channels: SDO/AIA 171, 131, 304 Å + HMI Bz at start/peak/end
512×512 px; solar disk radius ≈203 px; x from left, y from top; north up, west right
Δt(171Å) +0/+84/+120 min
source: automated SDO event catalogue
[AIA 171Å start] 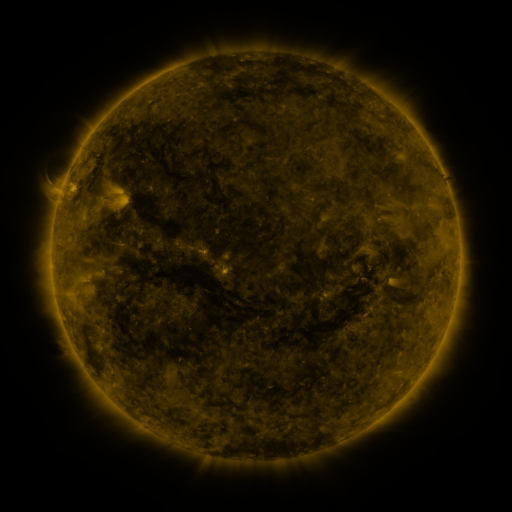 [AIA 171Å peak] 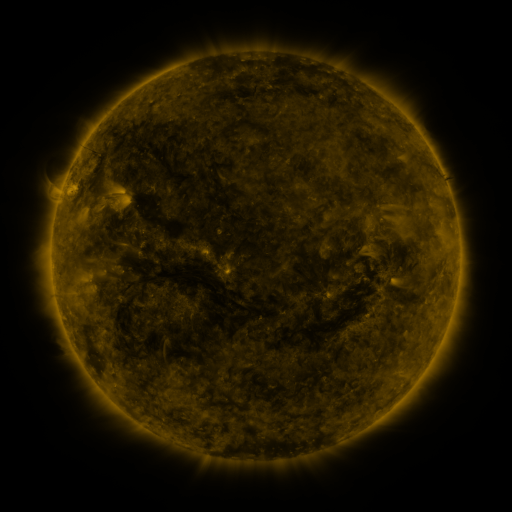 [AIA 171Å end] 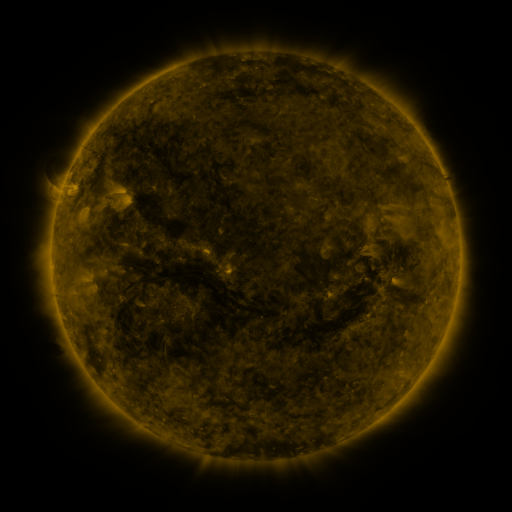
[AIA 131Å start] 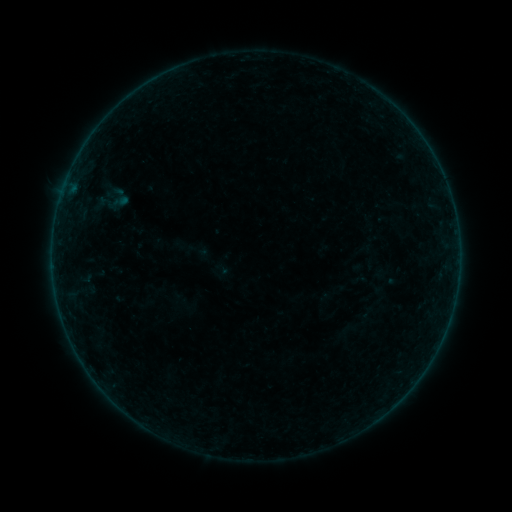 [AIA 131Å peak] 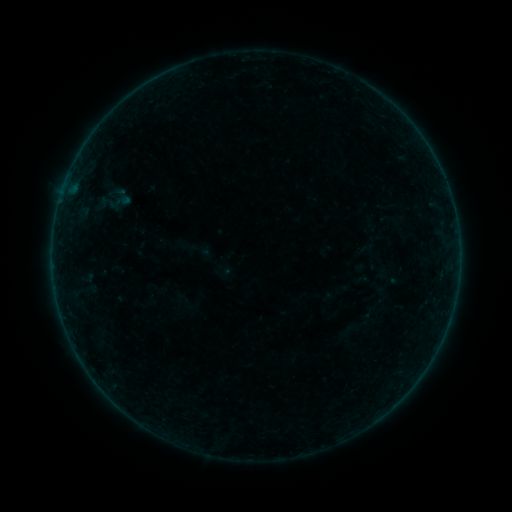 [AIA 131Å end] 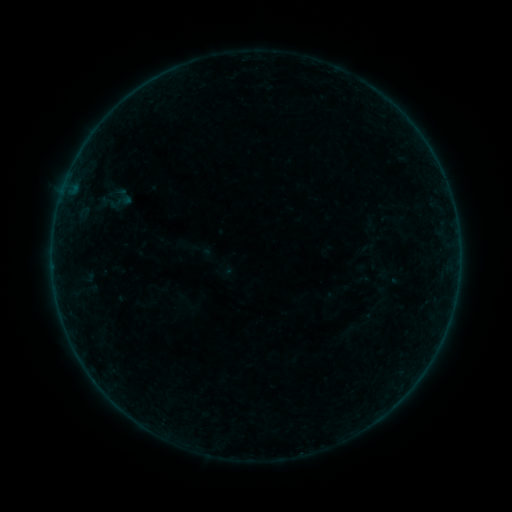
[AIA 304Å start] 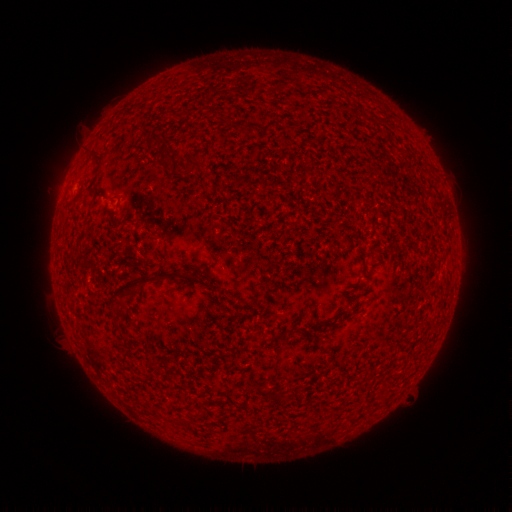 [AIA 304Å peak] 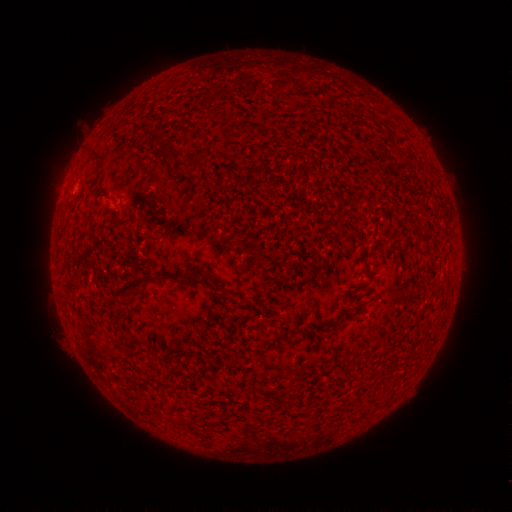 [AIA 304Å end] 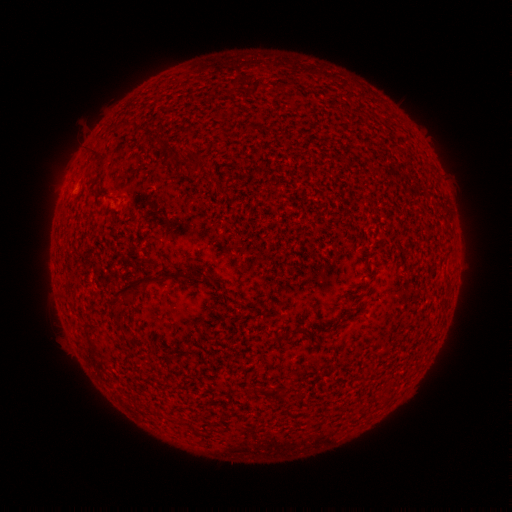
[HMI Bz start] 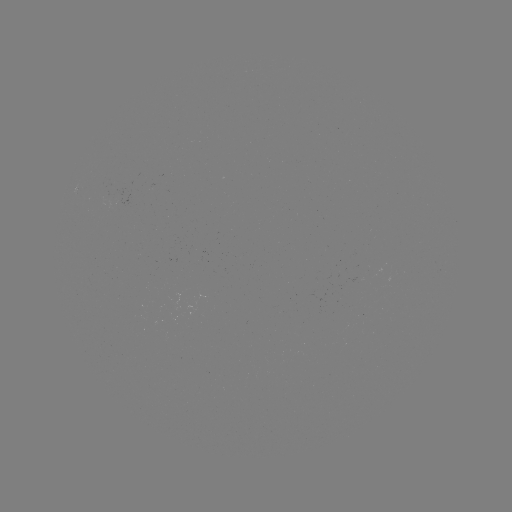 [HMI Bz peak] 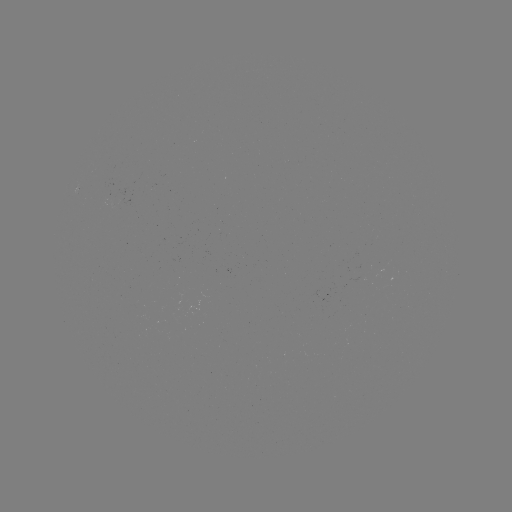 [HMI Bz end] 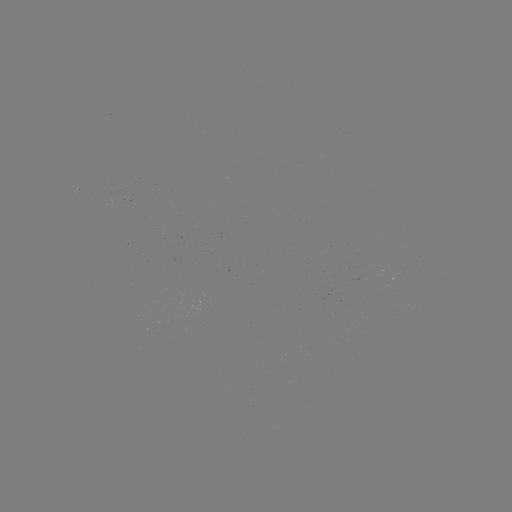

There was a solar emerging-flux region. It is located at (120, 201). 